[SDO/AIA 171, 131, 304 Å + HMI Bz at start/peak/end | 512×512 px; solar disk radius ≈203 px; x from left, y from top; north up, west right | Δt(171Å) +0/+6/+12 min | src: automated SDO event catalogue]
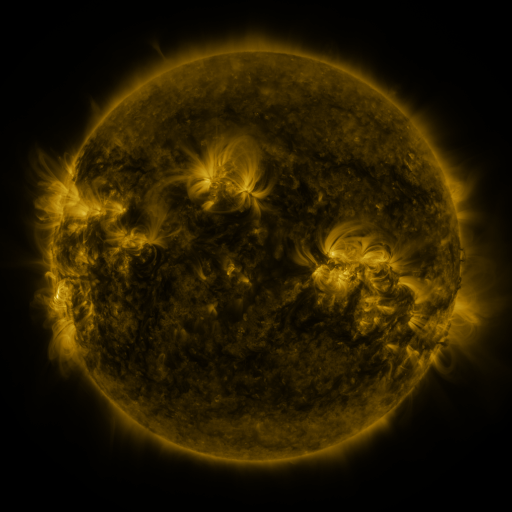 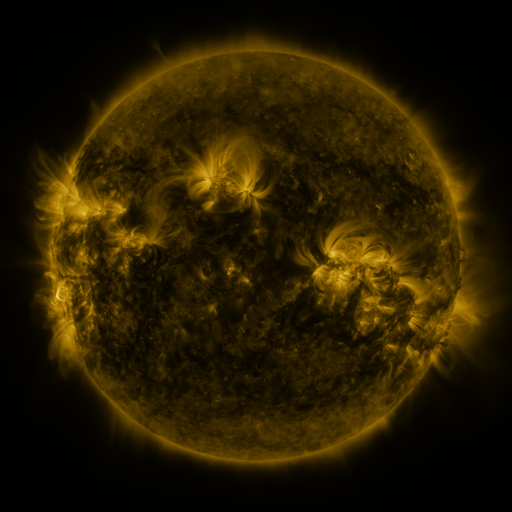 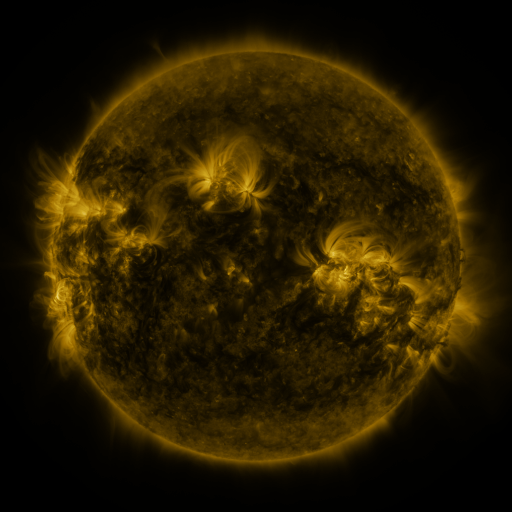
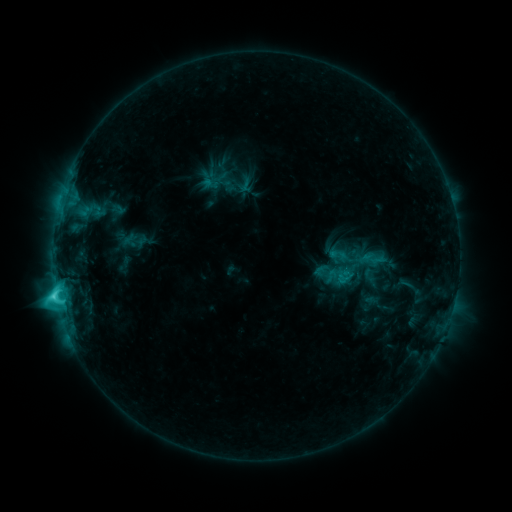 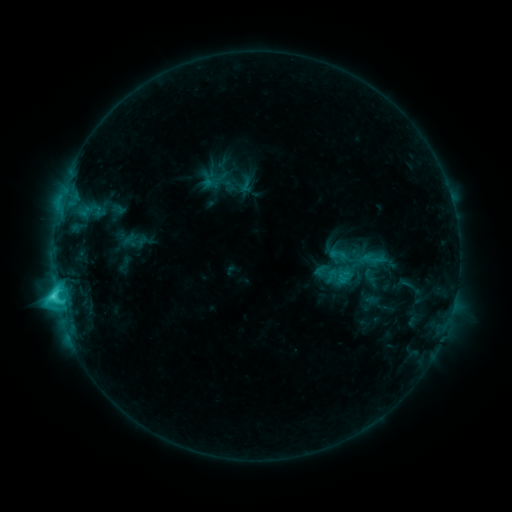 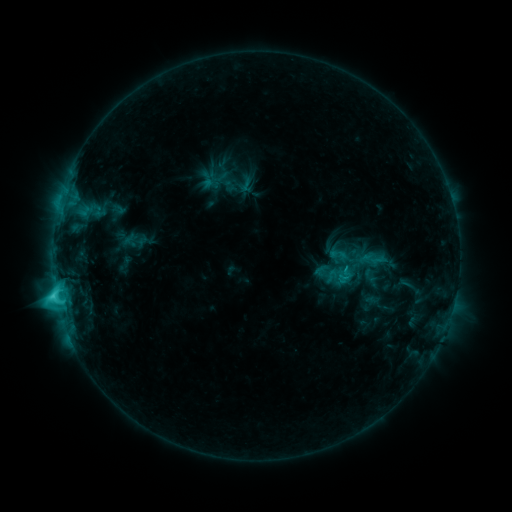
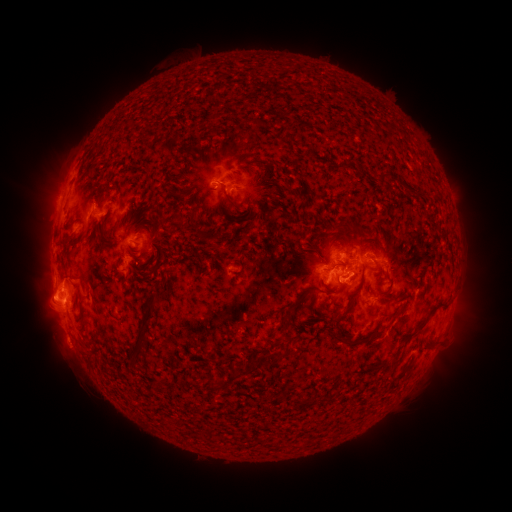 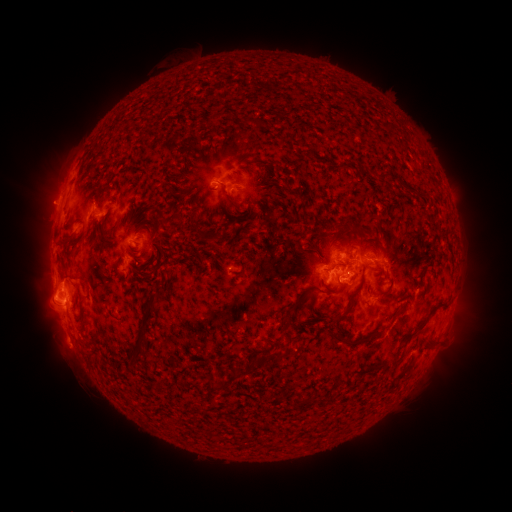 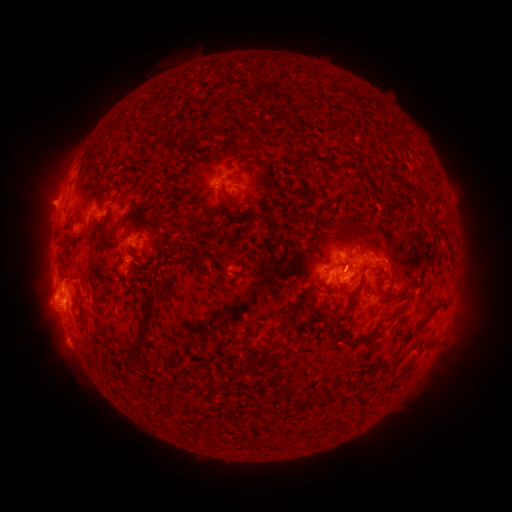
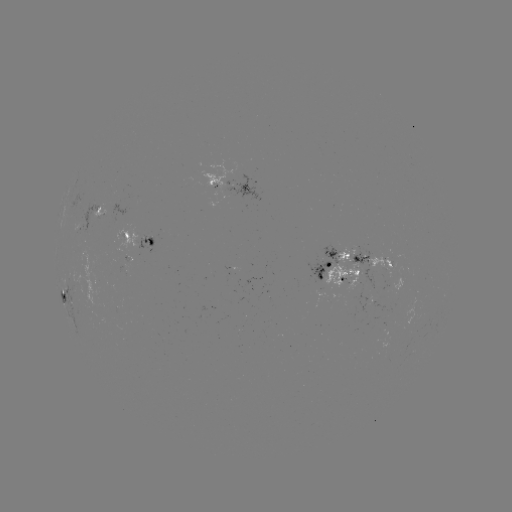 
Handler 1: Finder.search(eruption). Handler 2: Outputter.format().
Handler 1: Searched eruption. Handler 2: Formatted [49, 203].